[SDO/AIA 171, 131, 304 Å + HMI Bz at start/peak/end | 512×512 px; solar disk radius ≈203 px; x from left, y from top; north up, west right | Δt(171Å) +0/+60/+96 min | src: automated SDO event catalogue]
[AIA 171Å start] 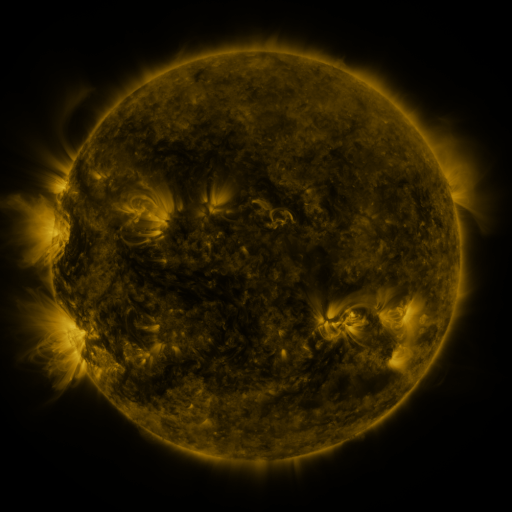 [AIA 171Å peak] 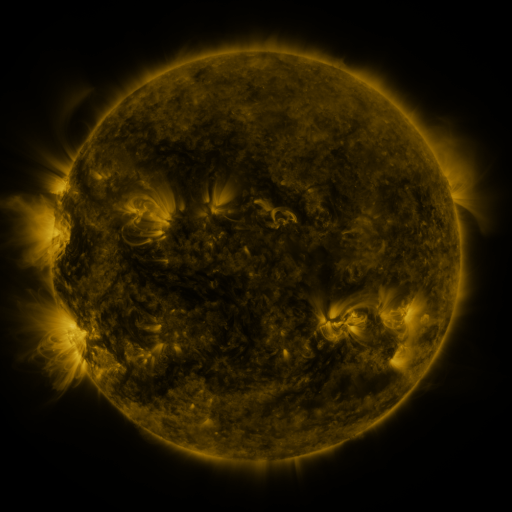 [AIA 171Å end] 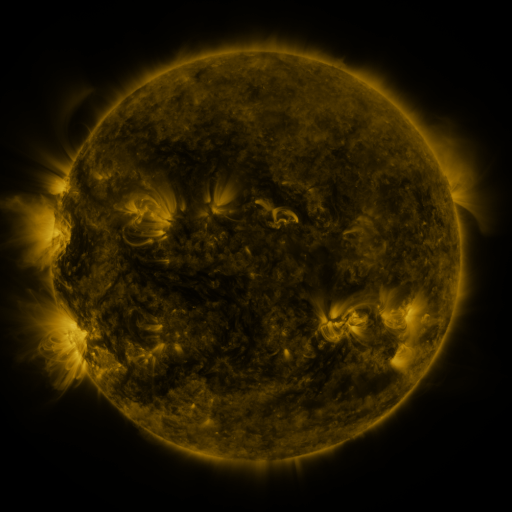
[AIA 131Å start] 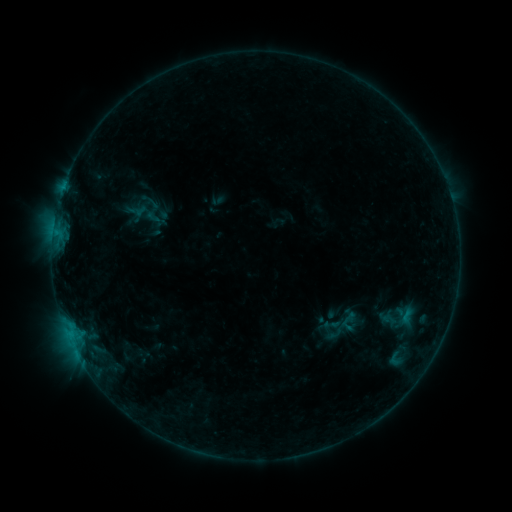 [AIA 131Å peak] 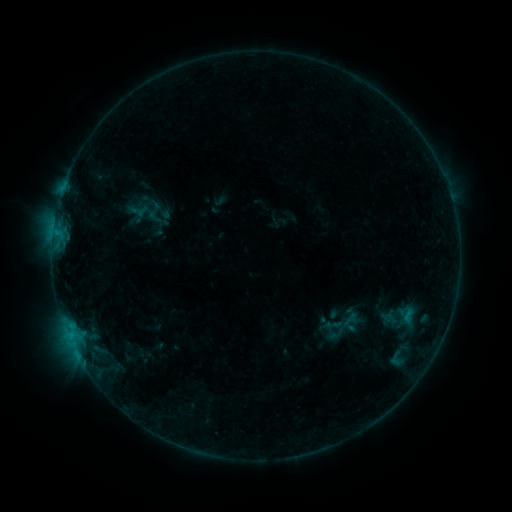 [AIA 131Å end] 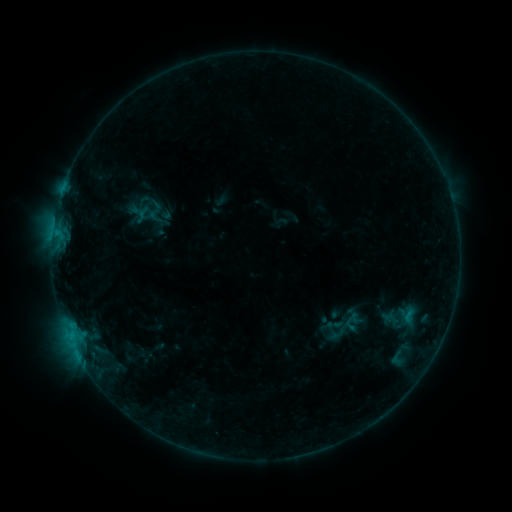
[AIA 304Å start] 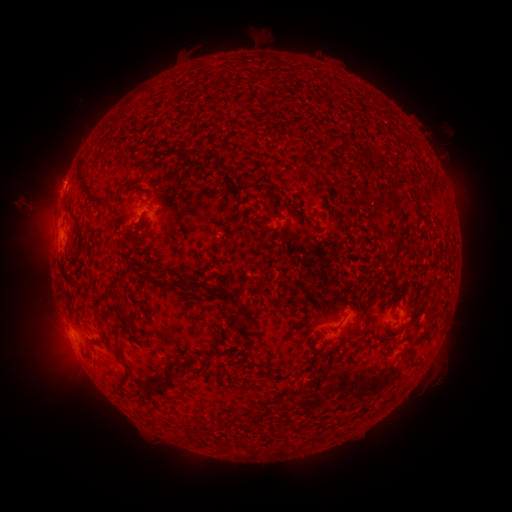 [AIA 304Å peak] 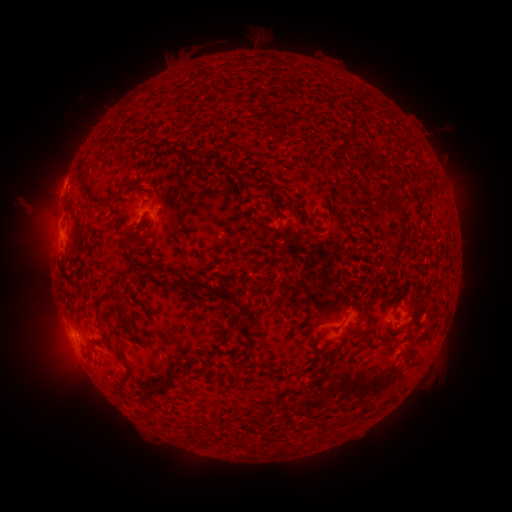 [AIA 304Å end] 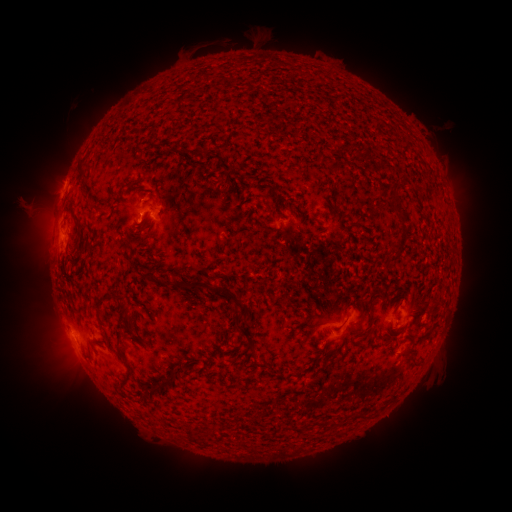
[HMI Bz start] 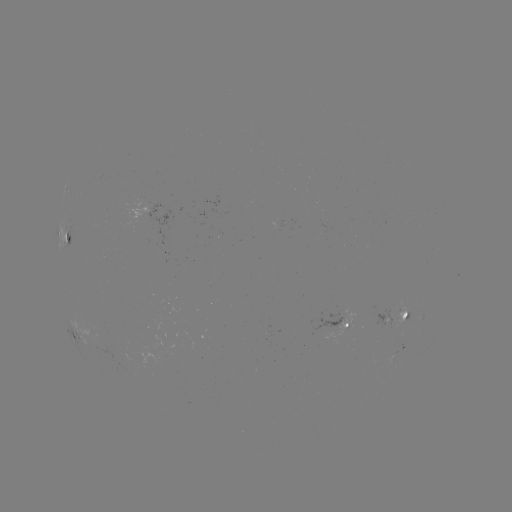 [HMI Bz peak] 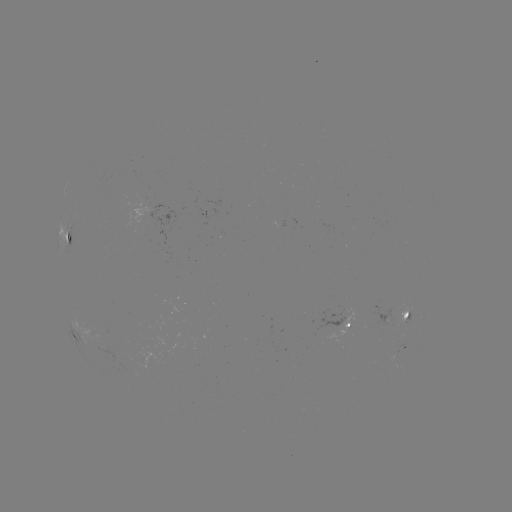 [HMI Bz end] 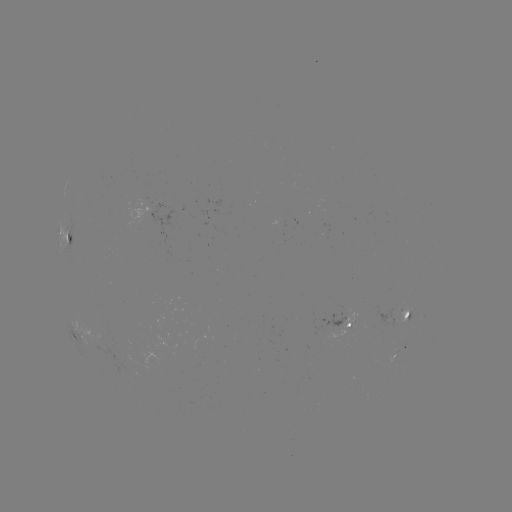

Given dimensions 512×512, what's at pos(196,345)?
emerging-flux region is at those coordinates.